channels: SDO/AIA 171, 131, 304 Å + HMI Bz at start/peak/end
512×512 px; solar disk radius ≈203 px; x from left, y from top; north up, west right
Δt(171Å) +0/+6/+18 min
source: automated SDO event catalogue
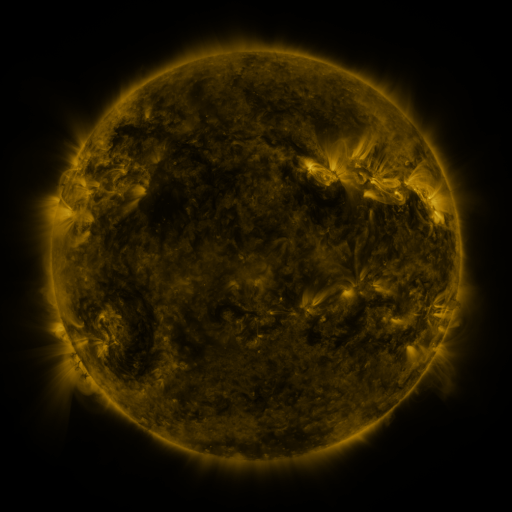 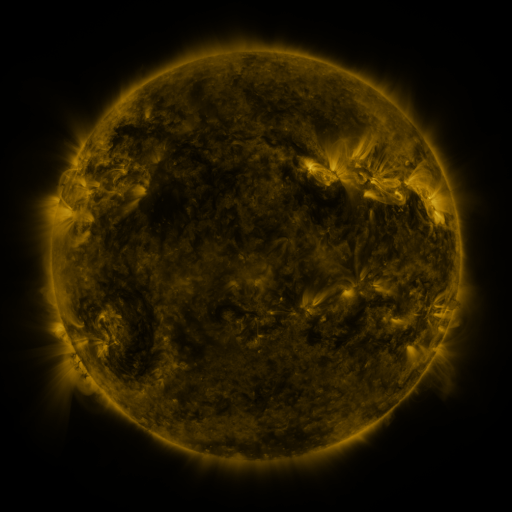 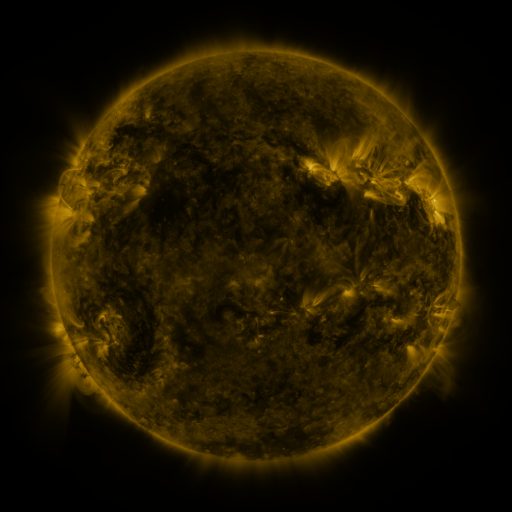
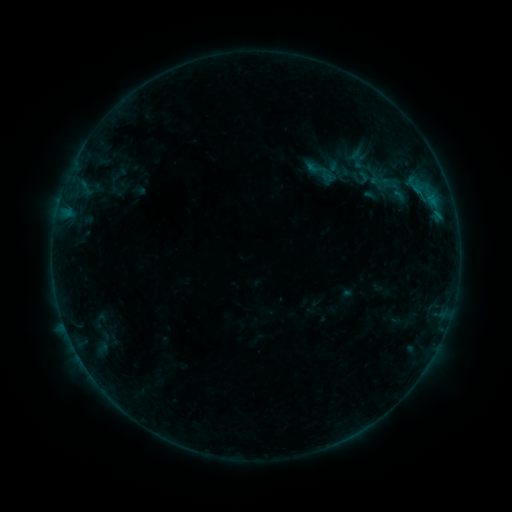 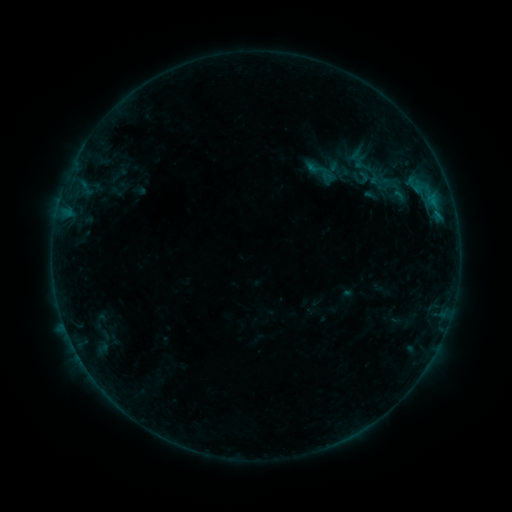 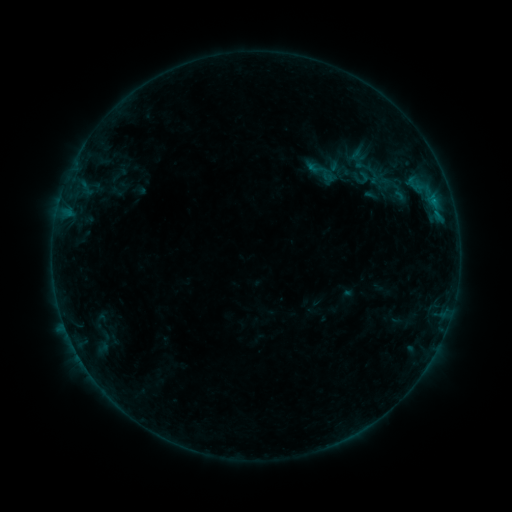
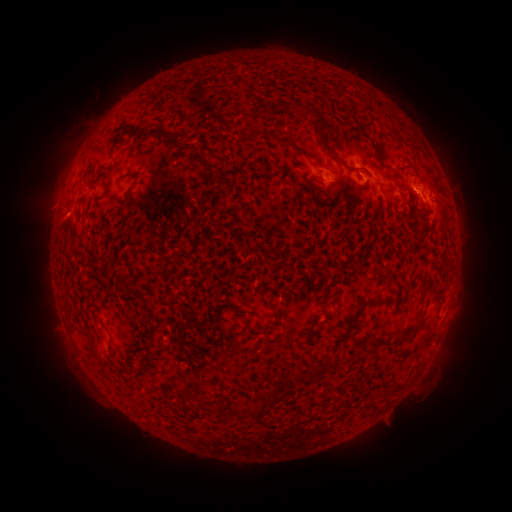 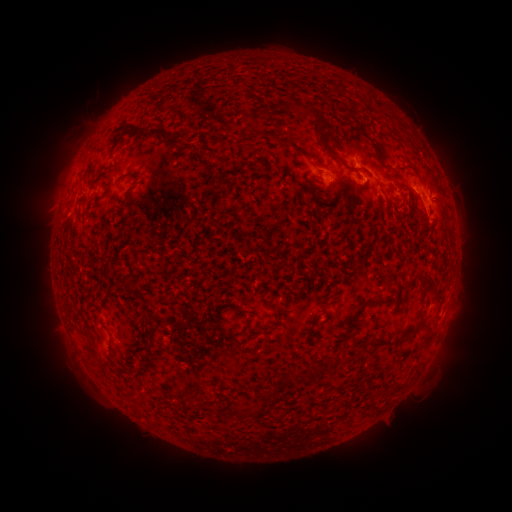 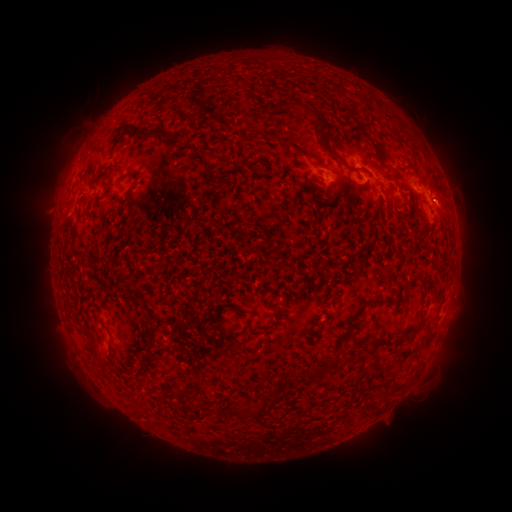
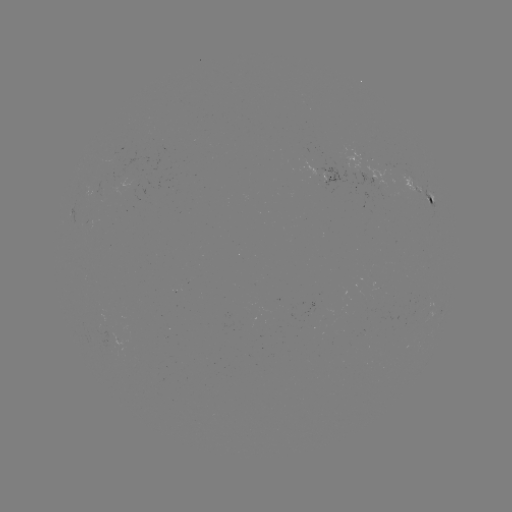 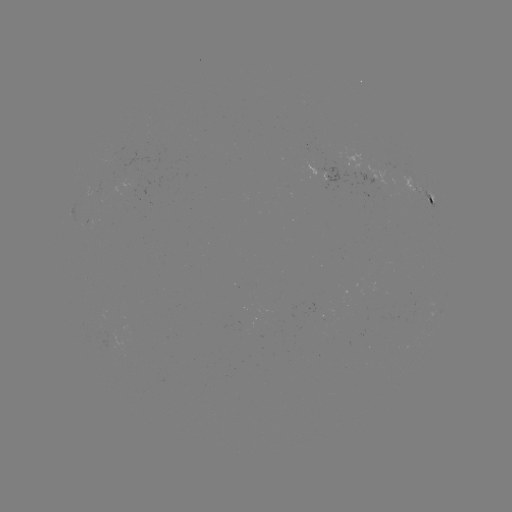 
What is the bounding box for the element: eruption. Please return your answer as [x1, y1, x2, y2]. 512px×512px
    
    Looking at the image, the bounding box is [407, 170, 469, 235].